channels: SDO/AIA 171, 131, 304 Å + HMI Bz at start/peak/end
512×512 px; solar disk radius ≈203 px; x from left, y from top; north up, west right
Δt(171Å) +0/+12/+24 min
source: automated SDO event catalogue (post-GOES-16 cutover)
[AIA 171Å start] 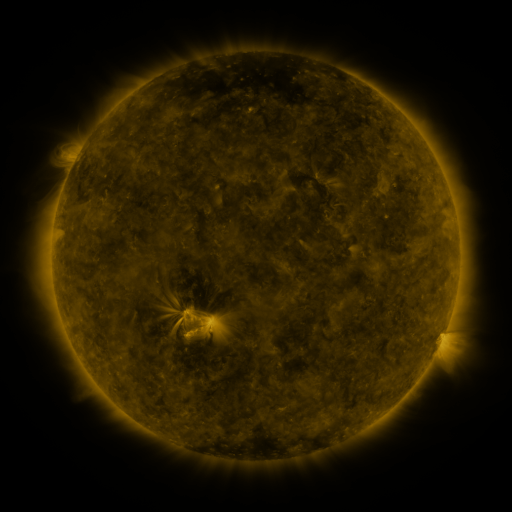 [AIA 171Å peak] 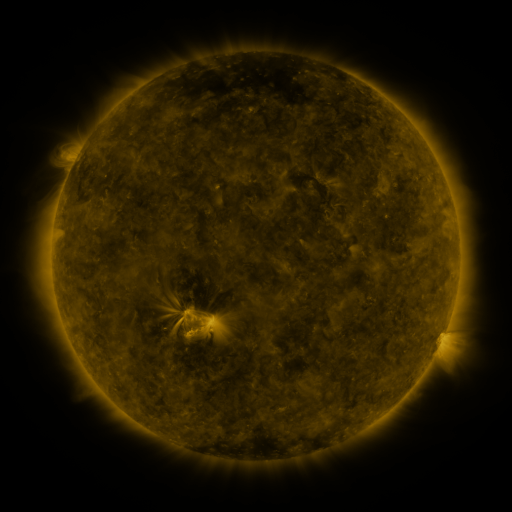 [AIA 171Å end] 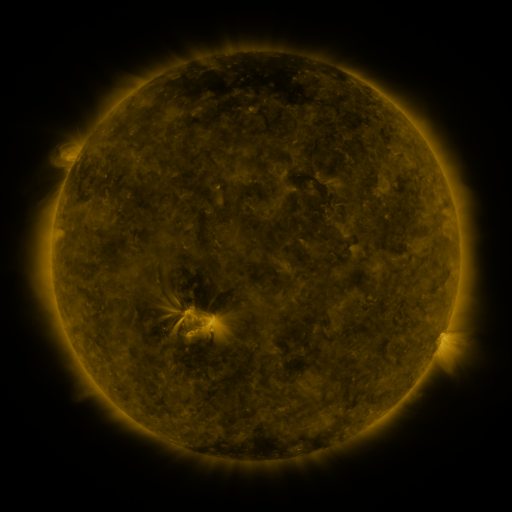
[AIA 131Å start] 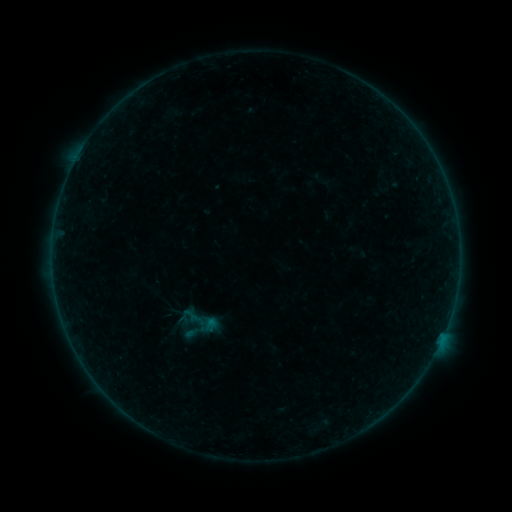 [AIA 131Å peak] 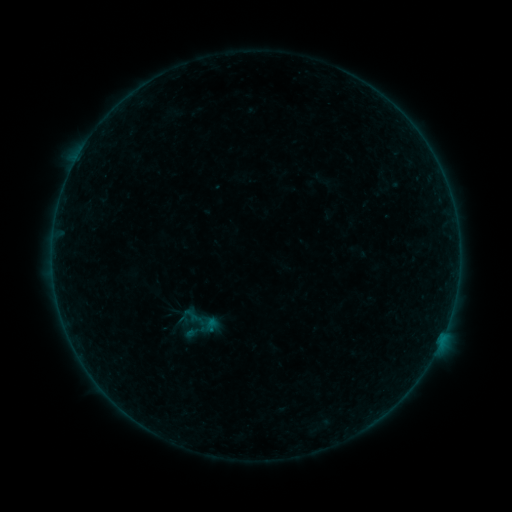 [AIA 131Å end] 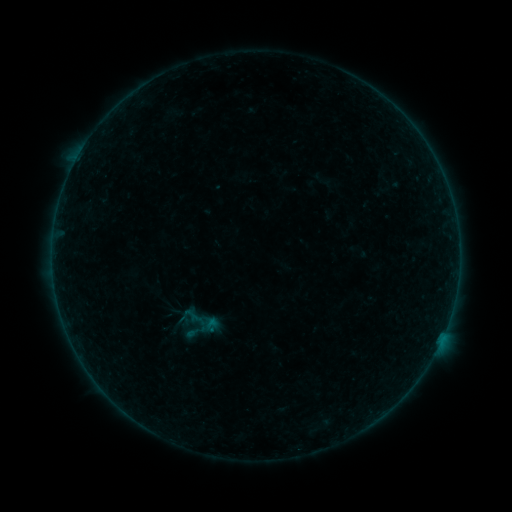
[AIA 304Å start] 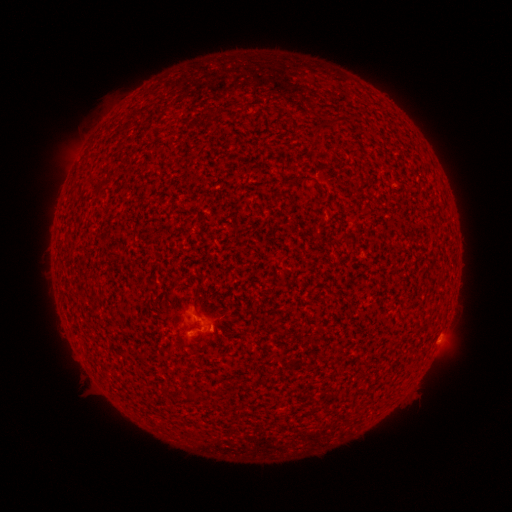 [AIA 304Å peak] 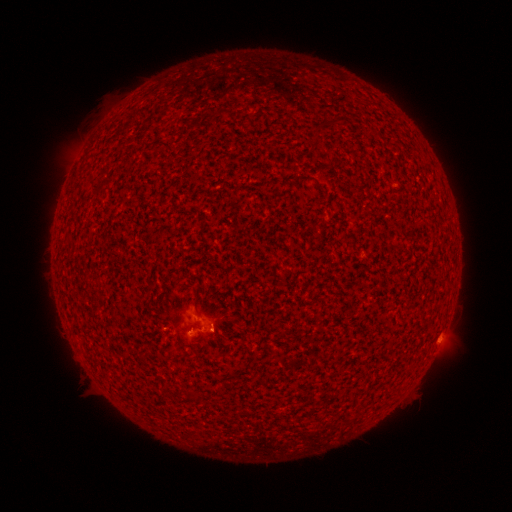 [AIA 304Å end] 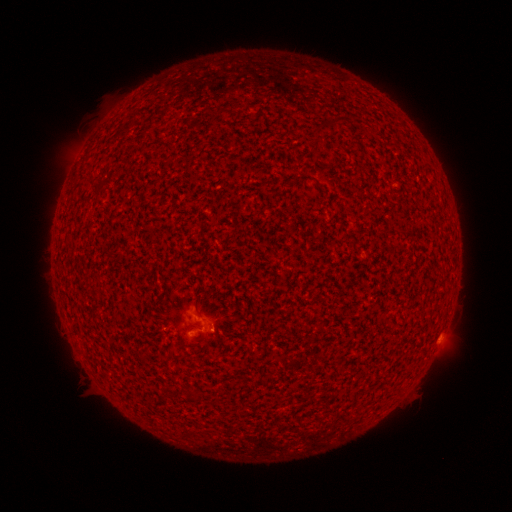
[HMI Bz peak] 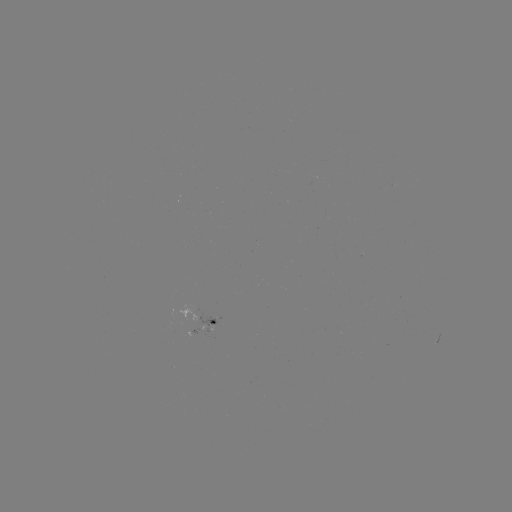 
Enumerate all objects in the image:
A9.7 flare: (211, 327)
